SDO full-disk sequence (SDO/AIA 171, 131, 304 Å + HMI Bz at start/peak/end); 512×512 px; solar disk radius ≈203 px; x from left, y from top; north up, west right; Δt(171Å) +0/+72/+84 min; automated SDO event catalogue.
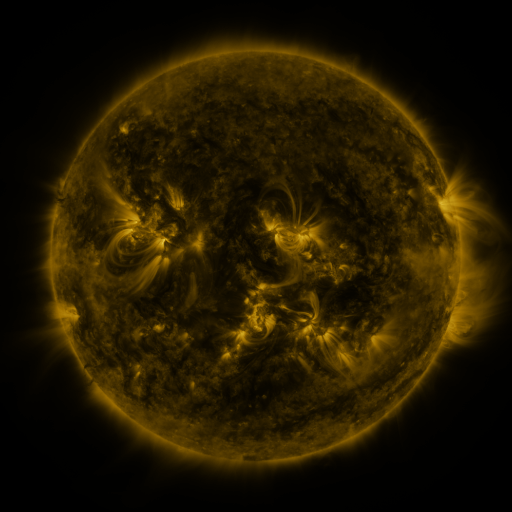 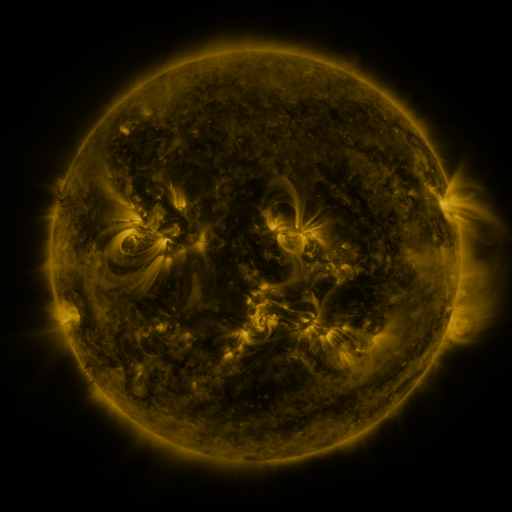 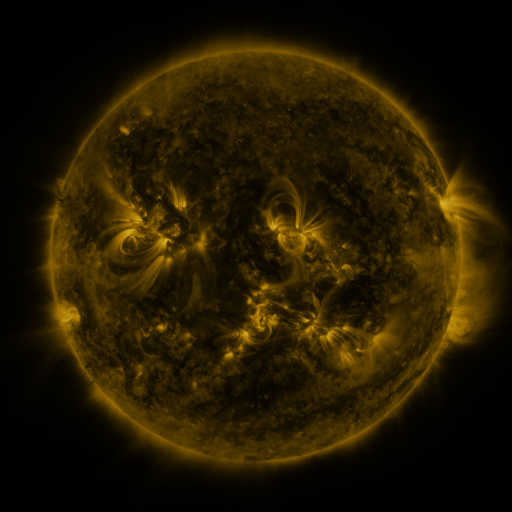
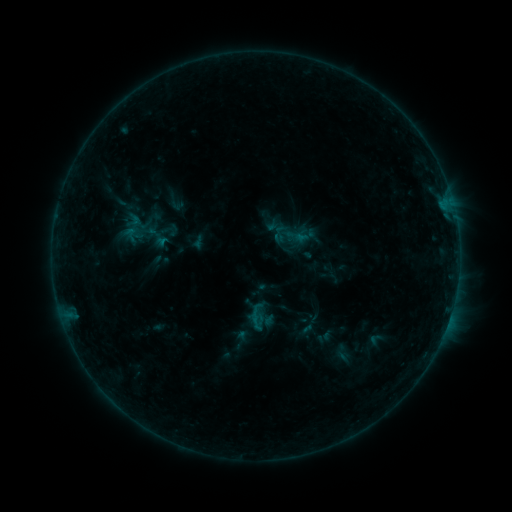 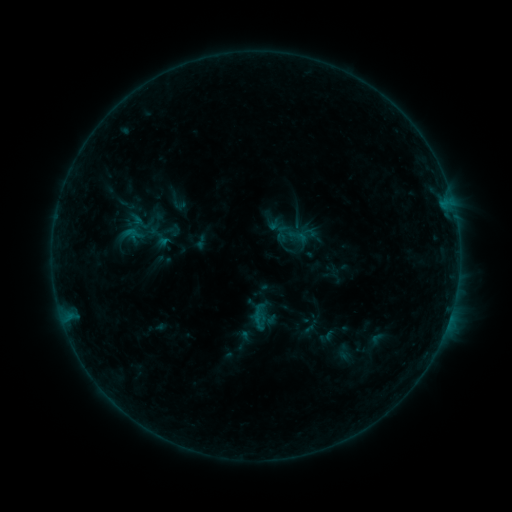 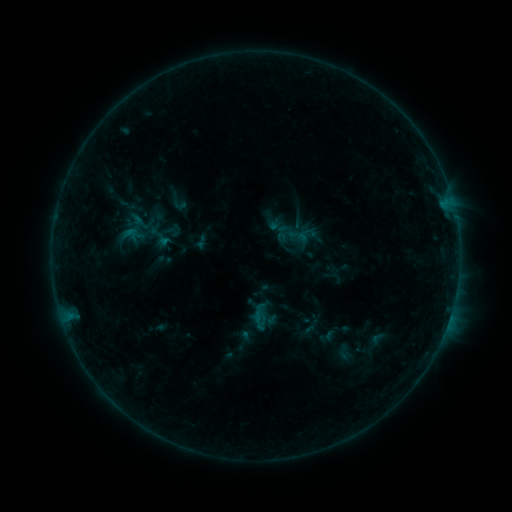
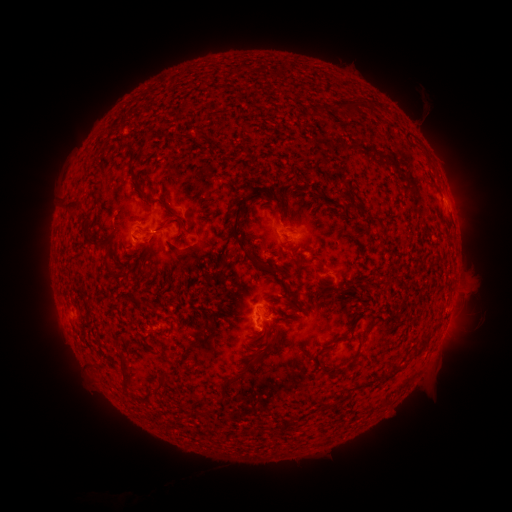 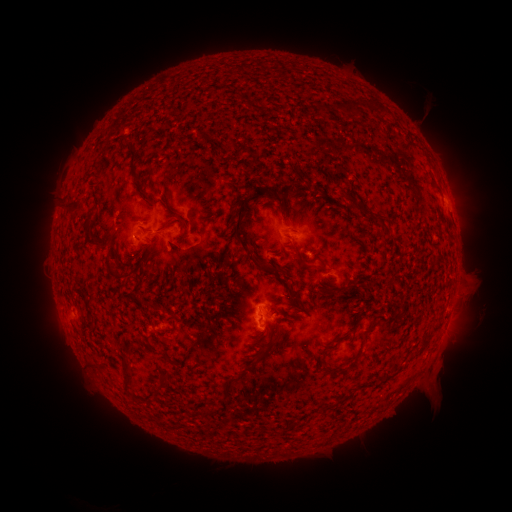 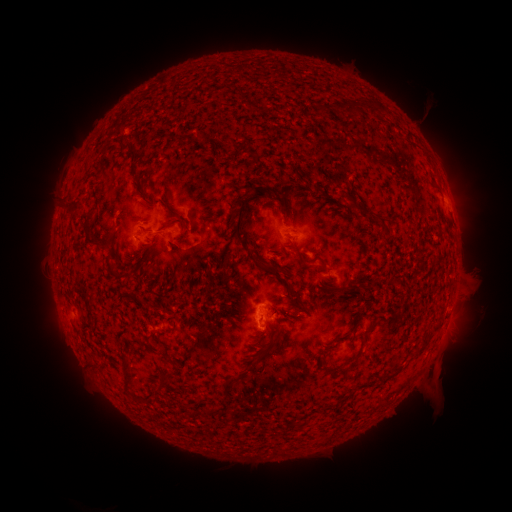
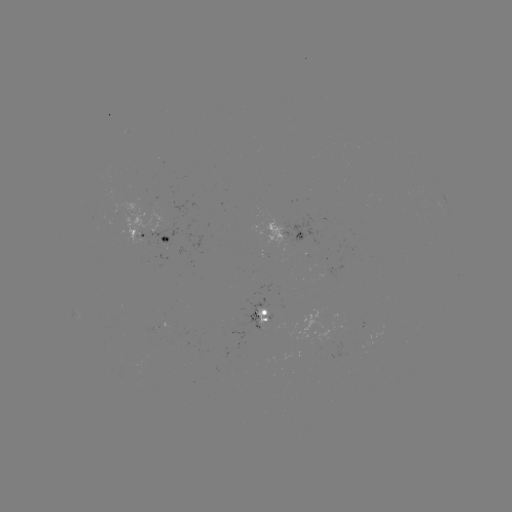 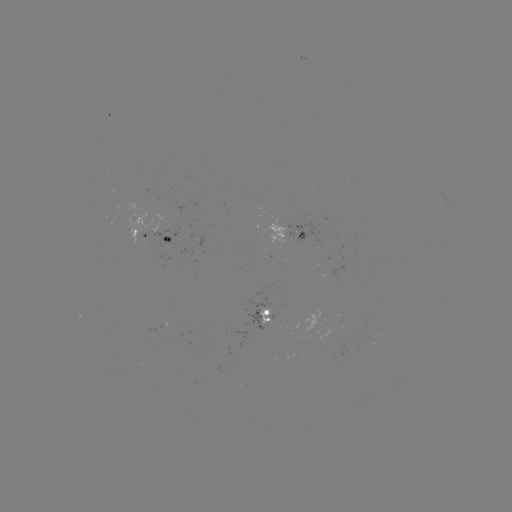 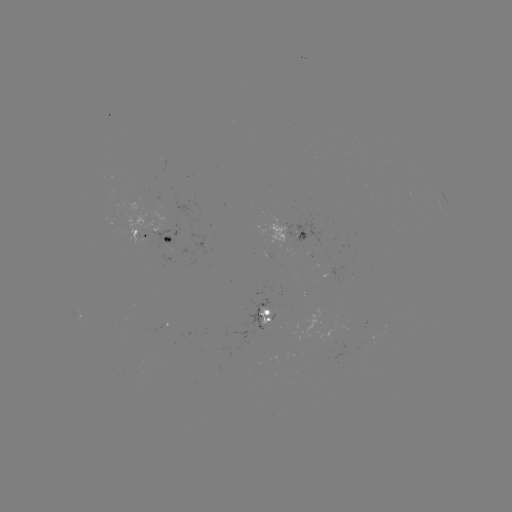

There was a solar emerging-flux region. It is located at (261, 321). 